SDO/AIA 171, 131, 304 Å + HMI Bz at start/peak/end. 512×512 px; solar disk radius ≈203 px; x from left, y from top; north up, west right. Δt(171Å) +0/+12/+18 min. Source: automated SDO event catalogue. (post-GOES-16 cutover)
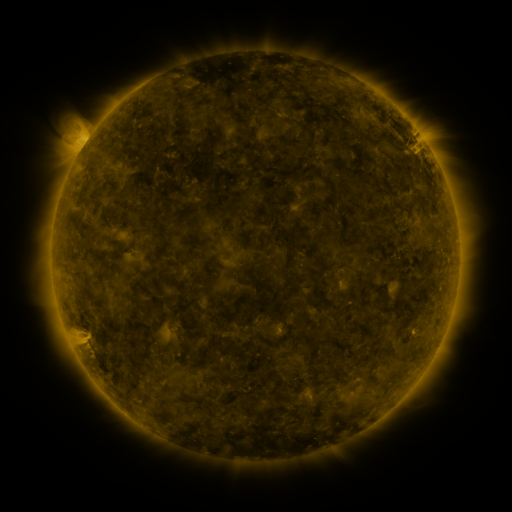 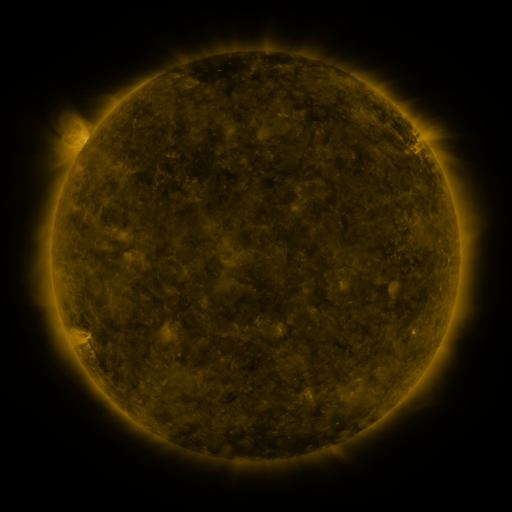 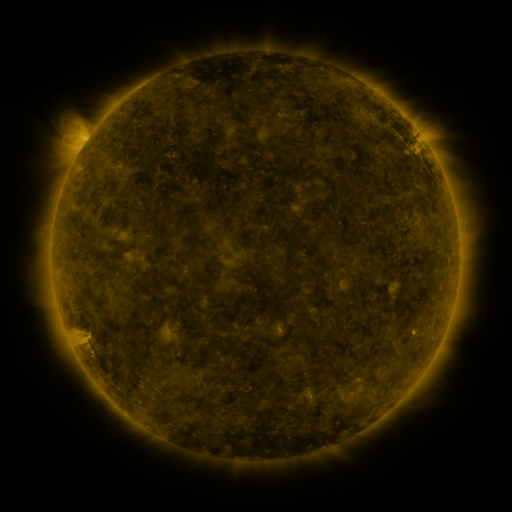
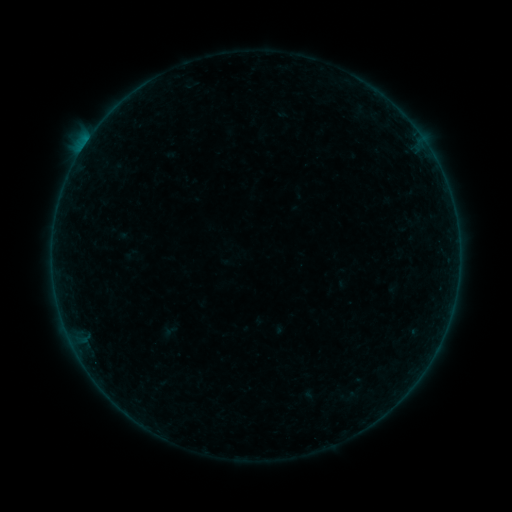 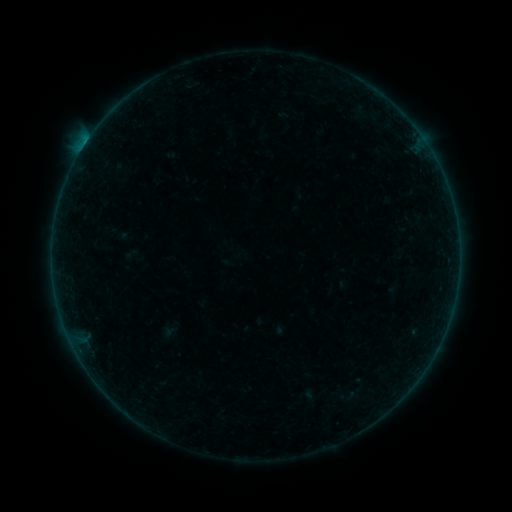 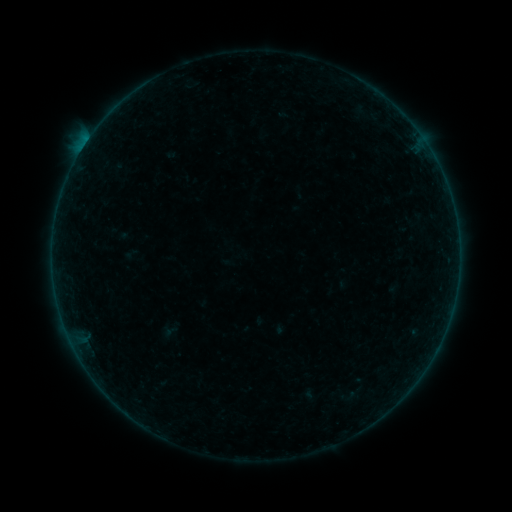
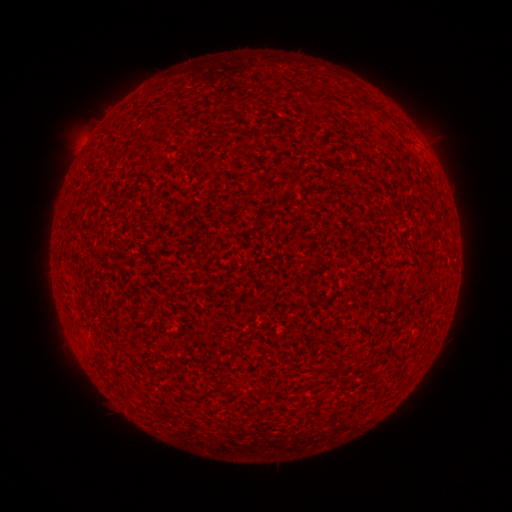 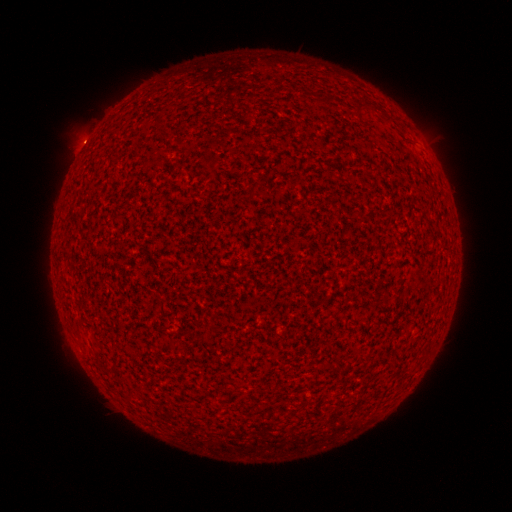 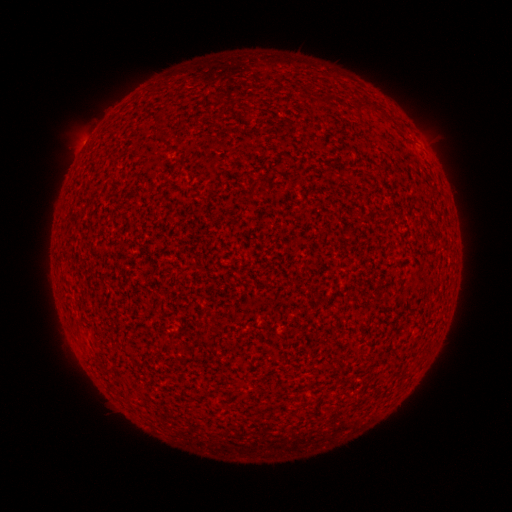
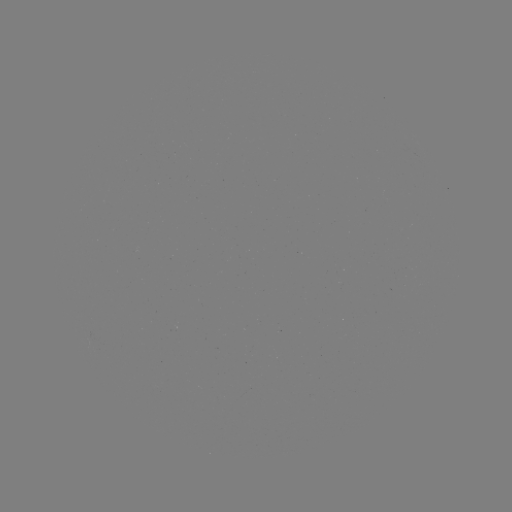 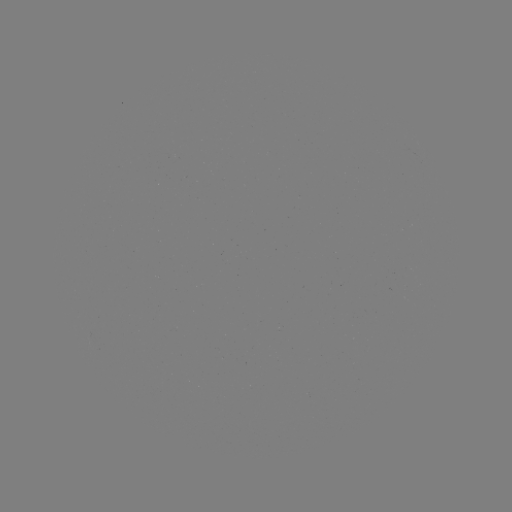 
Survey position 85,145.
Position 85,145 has B1.4 flare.